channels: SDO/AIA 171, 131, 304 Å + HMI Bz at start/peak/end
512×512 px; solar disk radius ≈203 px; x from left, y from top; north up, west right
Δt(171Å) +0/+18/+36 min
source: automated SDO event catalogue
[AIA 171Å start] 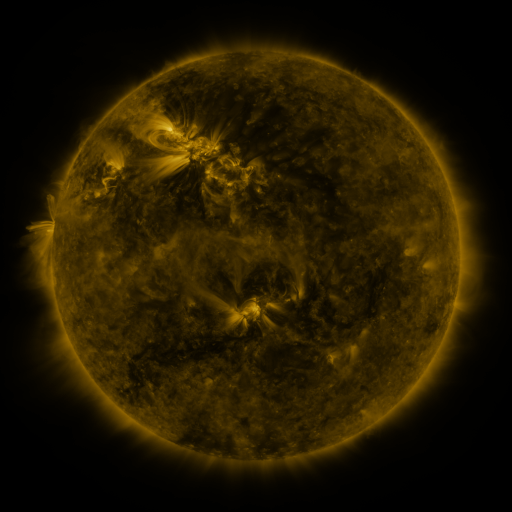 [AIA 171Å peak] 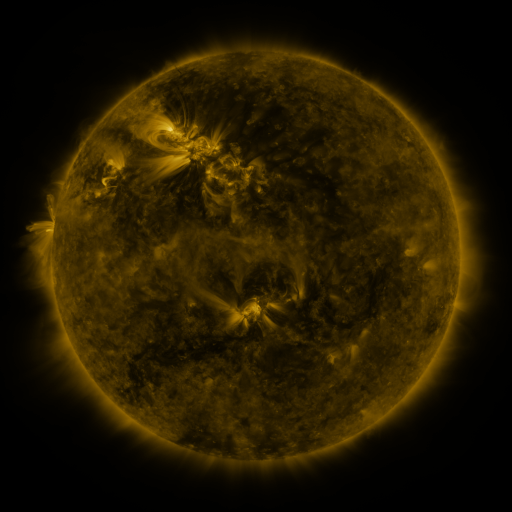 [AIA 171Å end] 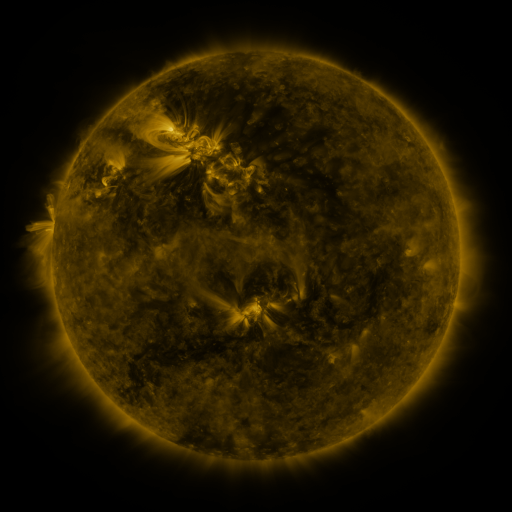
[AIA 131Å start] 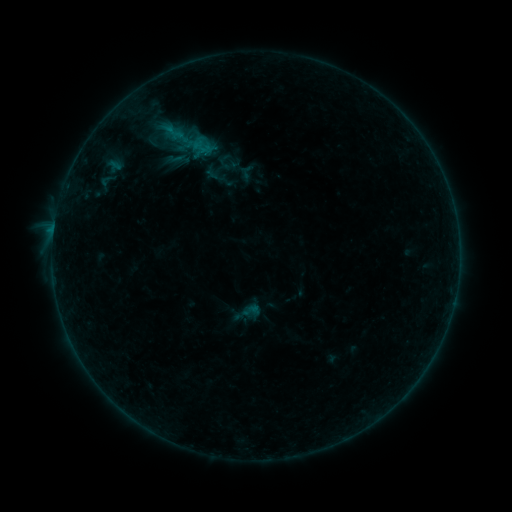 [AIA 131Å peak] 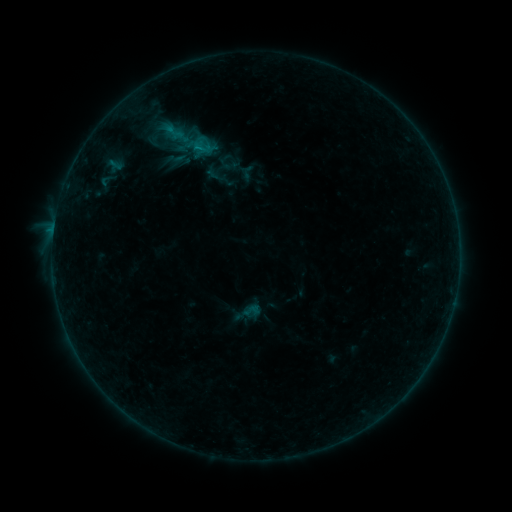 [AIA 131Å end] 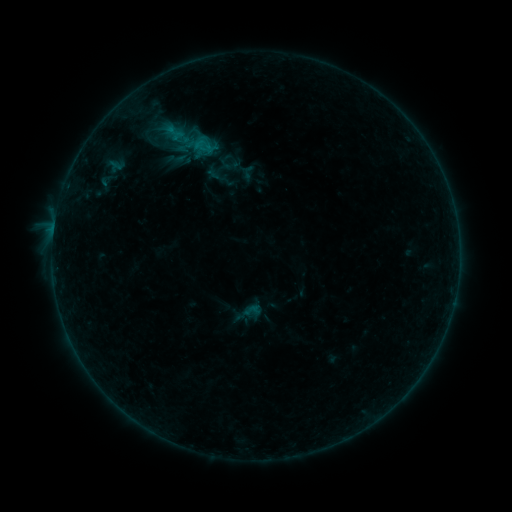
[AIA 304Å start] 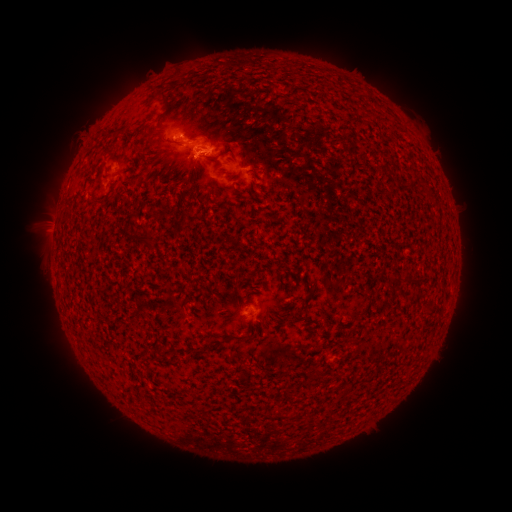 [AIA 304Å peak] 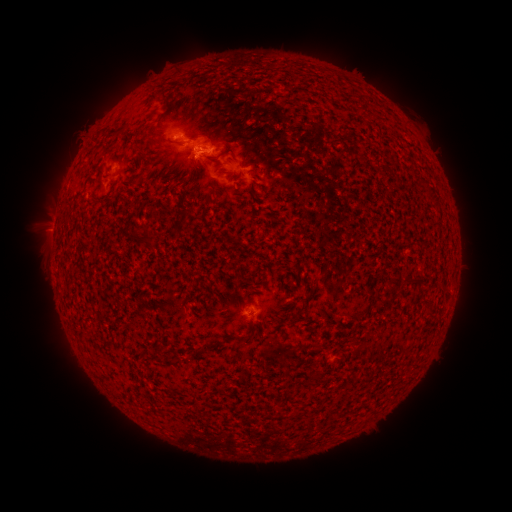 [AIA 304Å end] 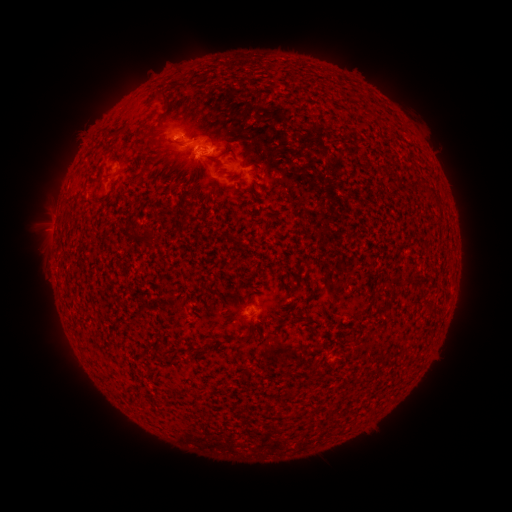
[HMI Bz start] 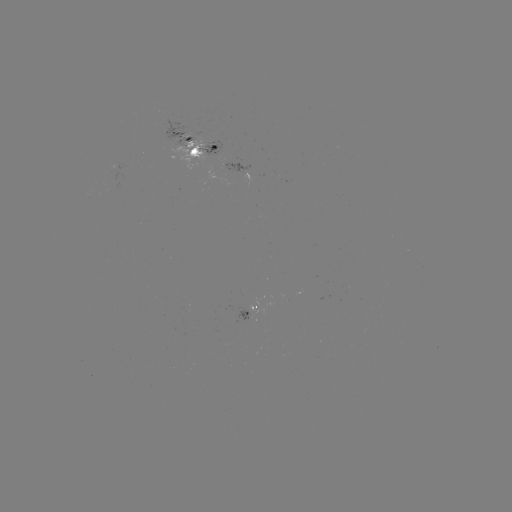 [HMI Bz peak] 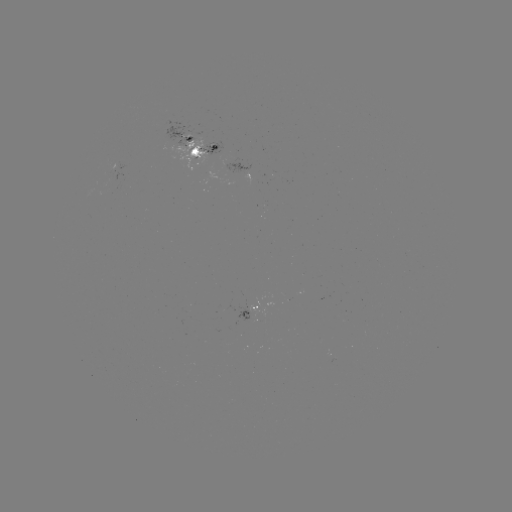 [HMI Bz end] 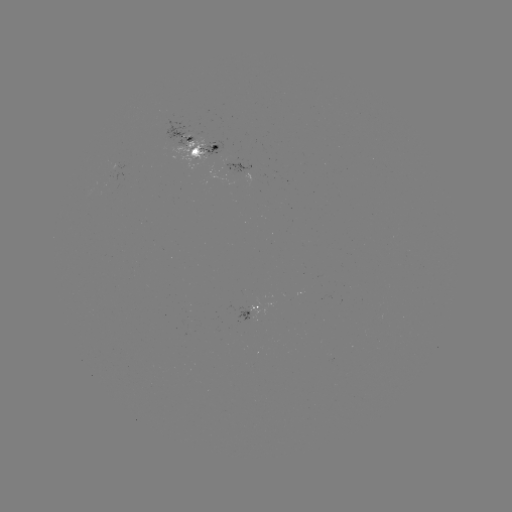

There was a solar emerging-flux region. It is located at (186, 147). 